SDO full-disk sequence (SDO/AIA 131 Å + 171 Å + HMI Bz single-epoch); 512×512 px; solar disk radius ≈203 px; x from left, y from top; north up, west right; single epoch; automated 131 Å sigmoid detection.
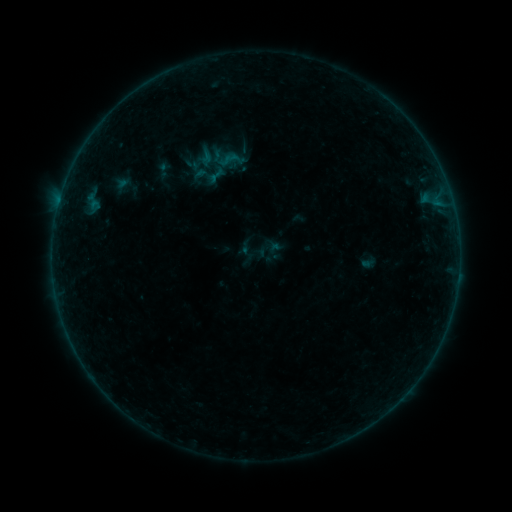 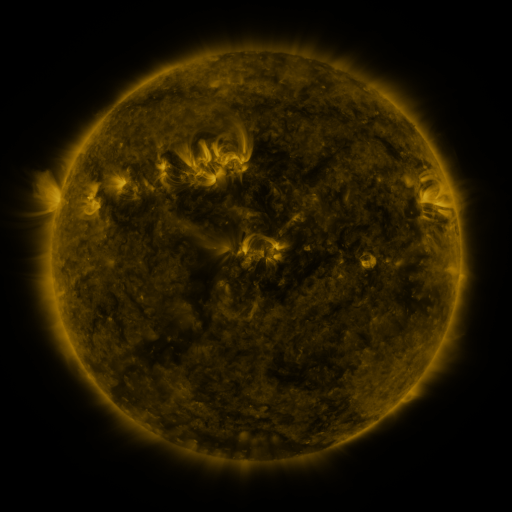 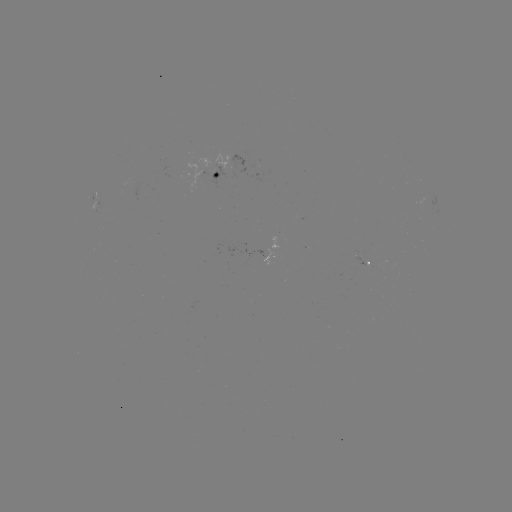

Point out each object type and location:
sigmoid: (217, 147, 243, 173)
sigmoid: (204, 162, 229, 187)
